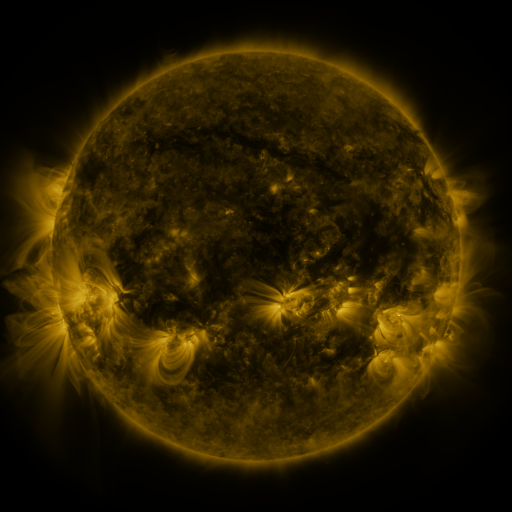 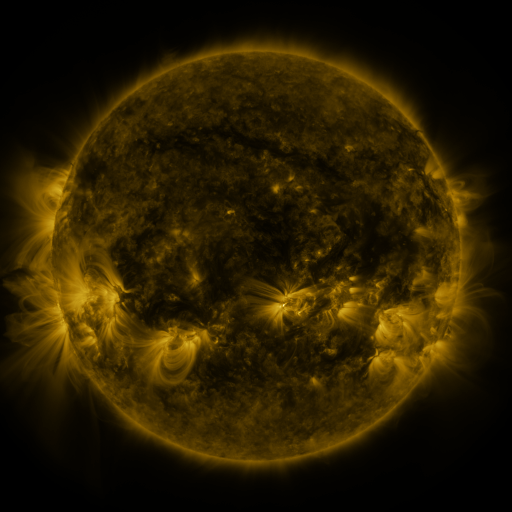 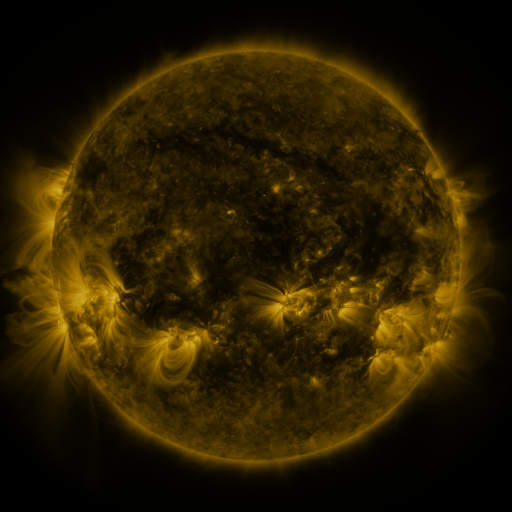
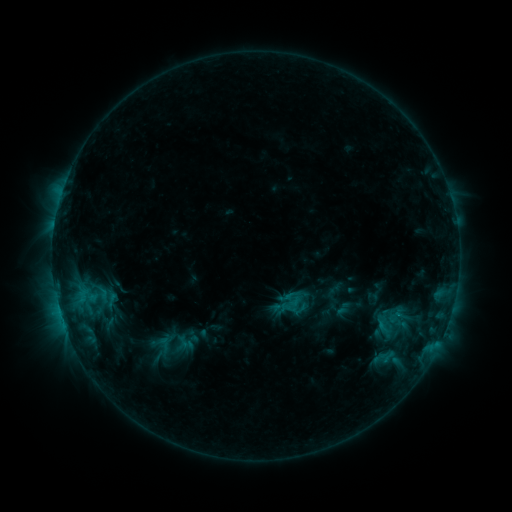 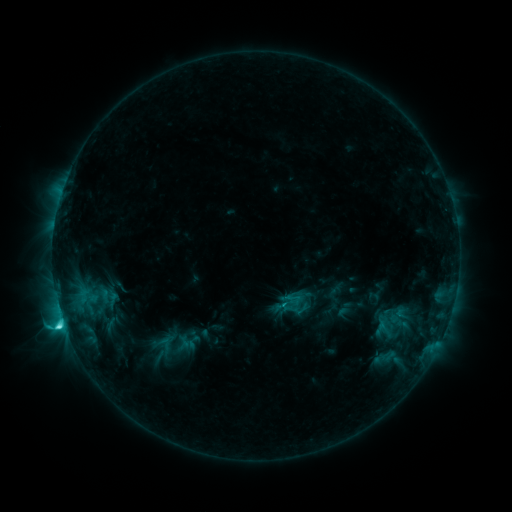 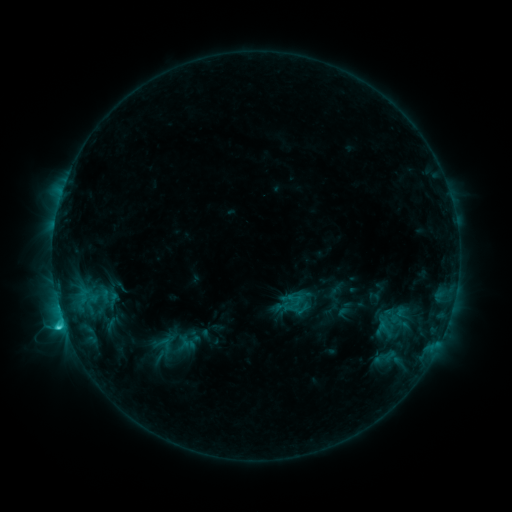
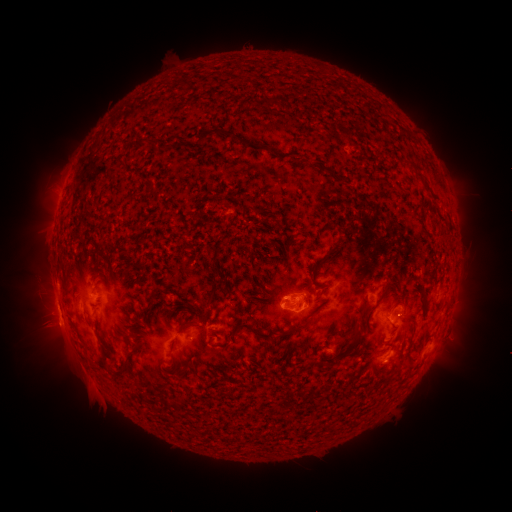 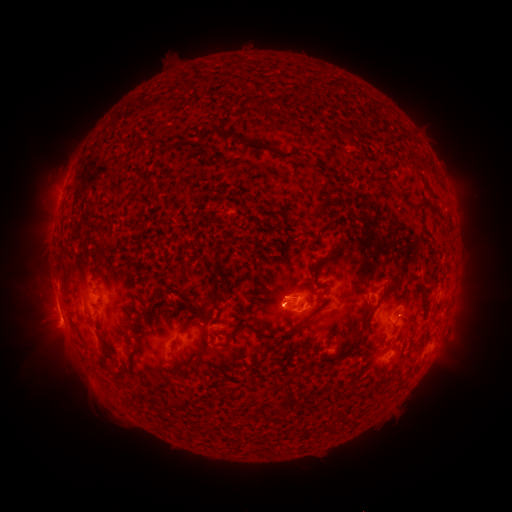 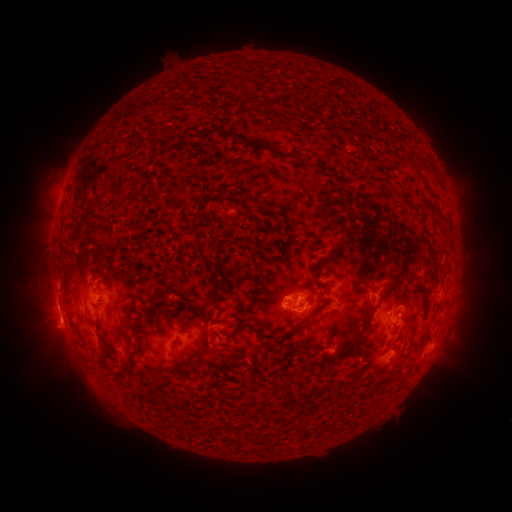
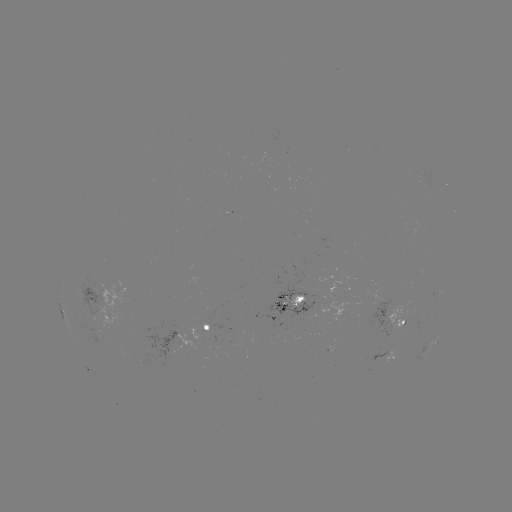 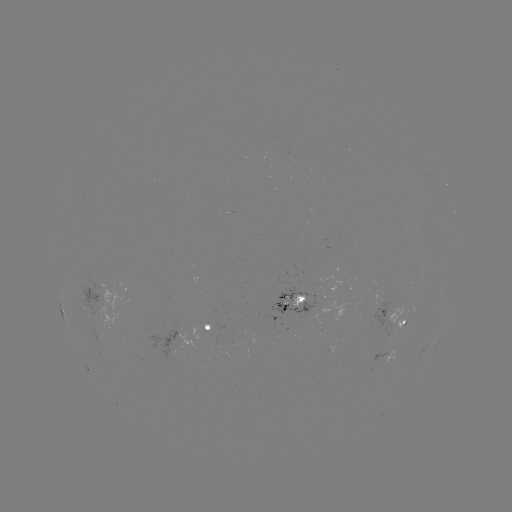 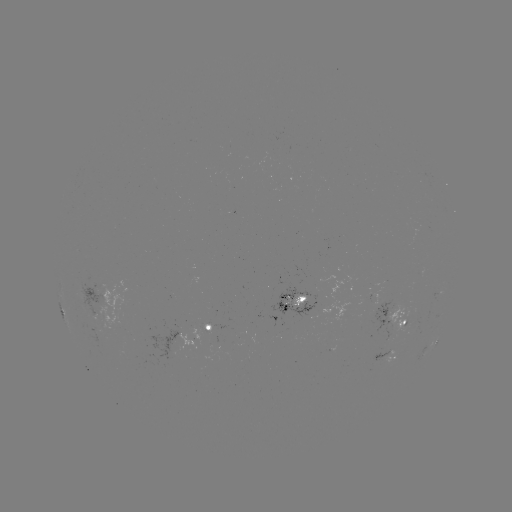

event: flare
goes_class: C4.3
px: (63, 322)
